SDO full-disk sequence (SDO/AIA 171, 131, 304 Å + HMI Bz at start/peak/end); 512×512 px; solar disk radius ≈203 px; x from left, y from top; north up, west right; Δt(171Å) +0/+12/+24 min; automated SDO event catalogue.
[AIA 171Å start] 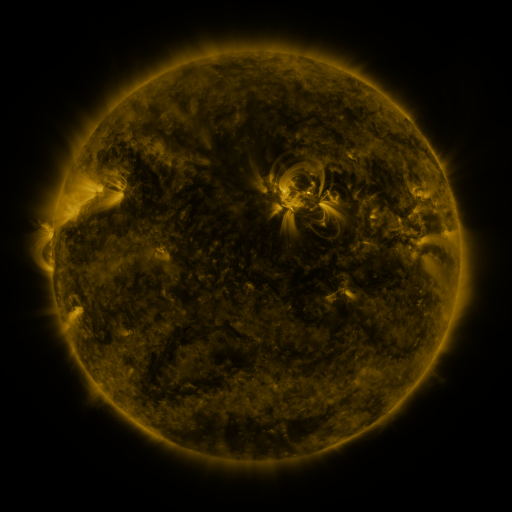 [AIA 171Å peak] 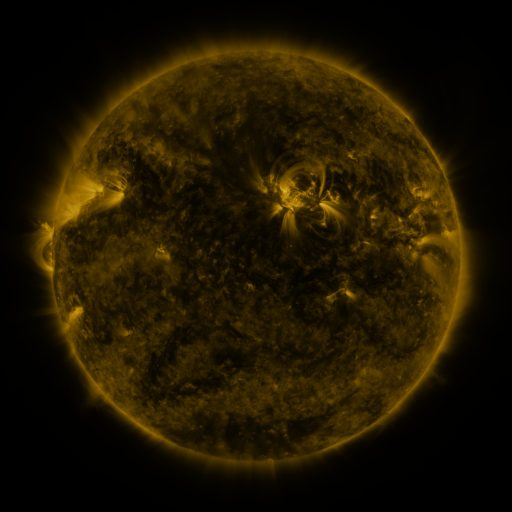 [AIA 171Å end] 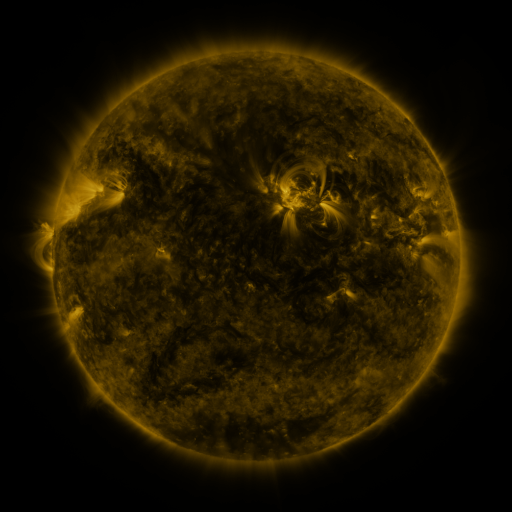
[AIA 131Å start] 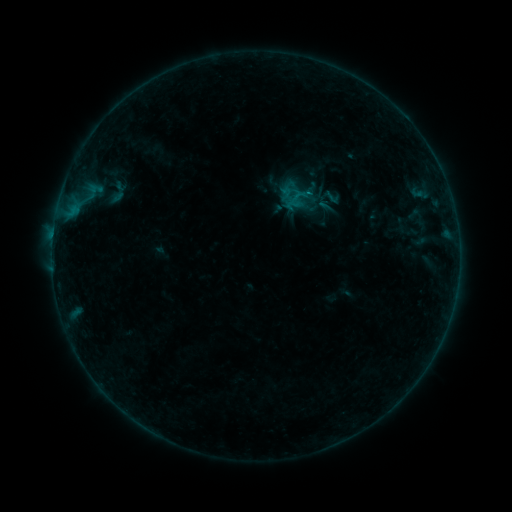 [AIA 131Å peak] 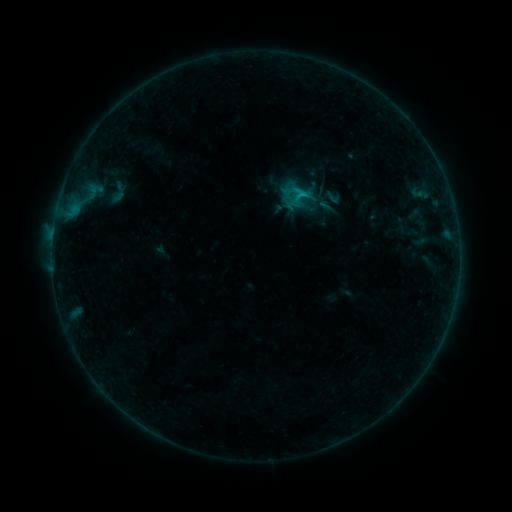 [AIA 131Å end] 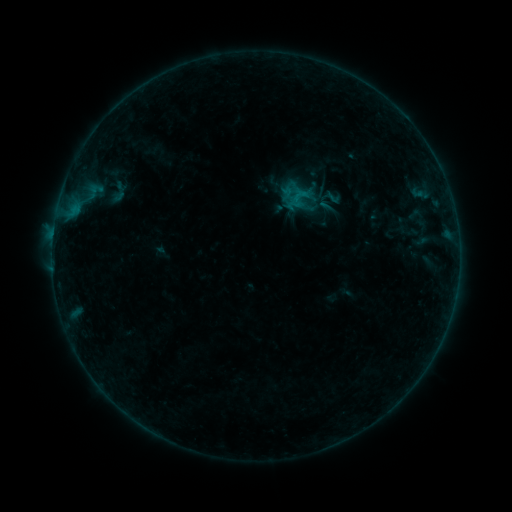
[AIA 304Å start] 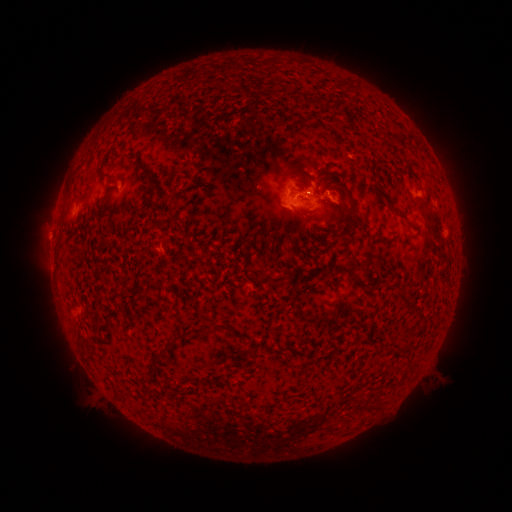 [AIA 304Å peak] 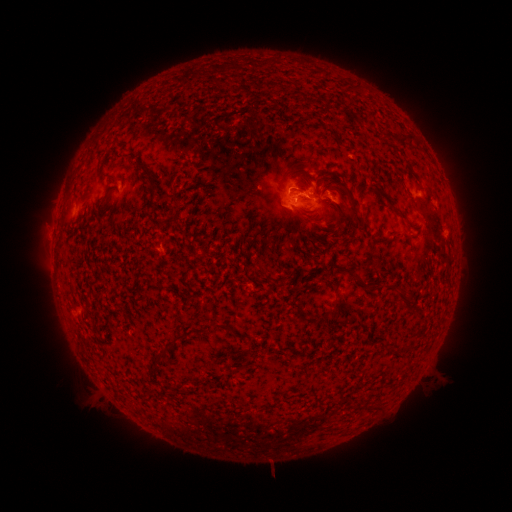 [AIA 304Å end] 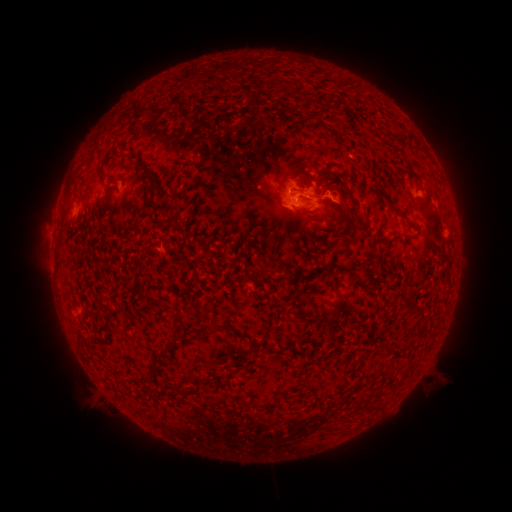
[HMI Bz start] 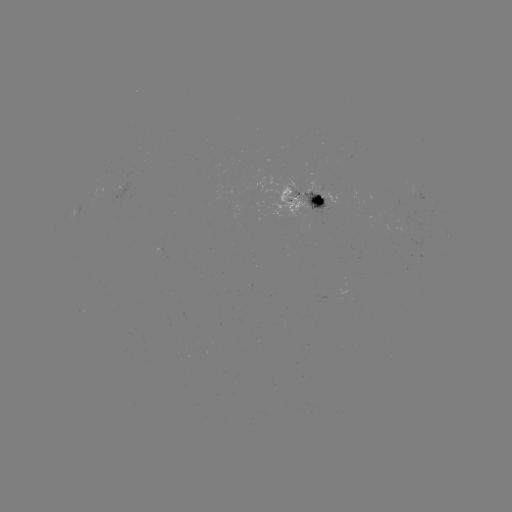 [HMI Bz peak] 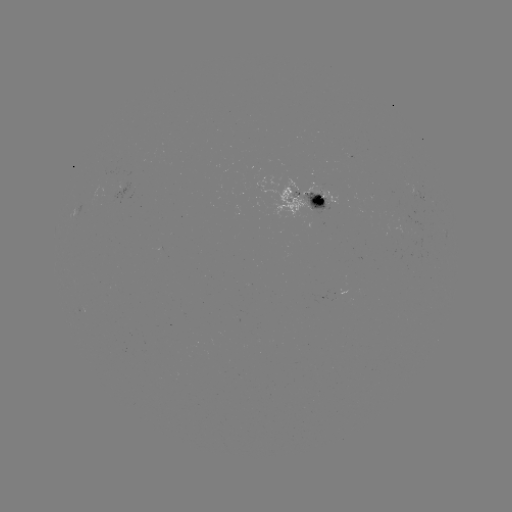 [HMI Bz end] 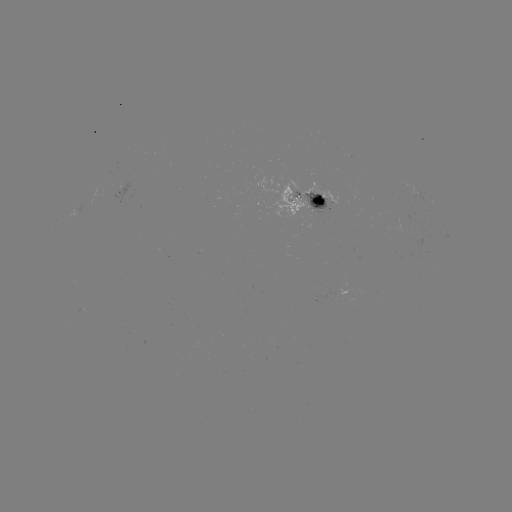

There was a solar flare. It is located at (300, 194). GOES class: B7.7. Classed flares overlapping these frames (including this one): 1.